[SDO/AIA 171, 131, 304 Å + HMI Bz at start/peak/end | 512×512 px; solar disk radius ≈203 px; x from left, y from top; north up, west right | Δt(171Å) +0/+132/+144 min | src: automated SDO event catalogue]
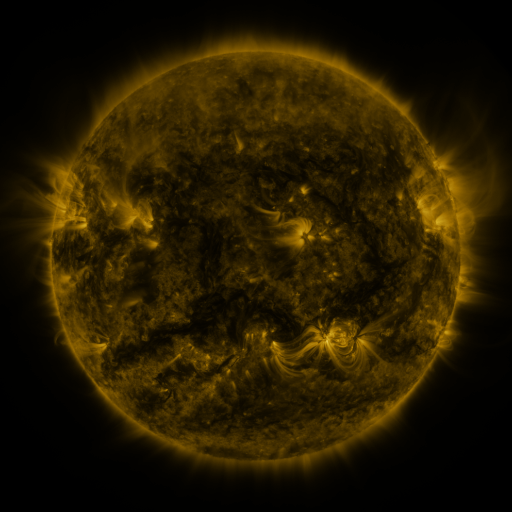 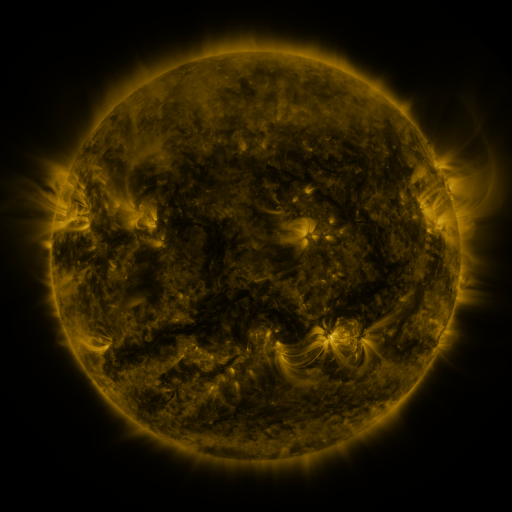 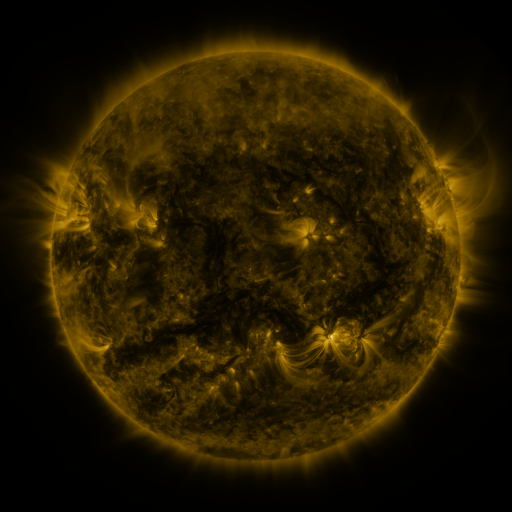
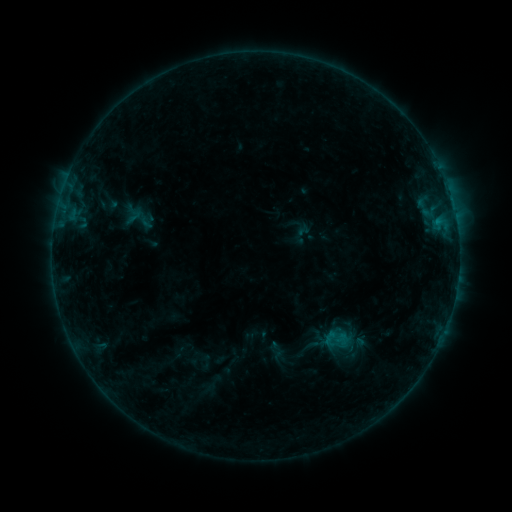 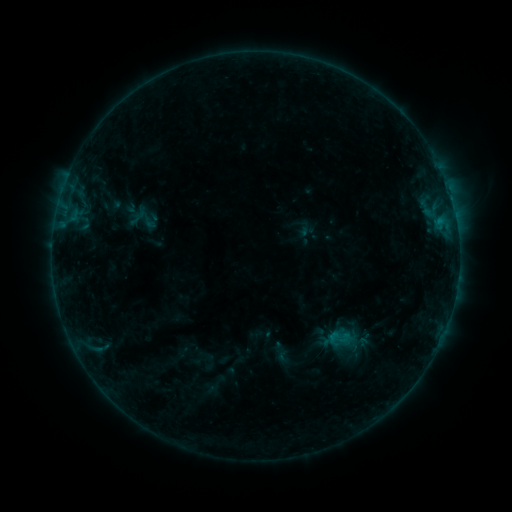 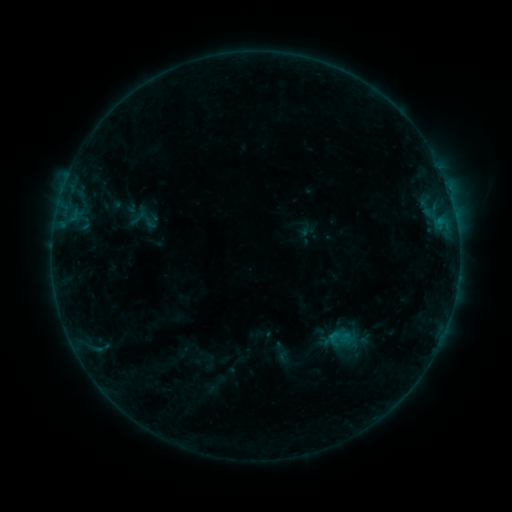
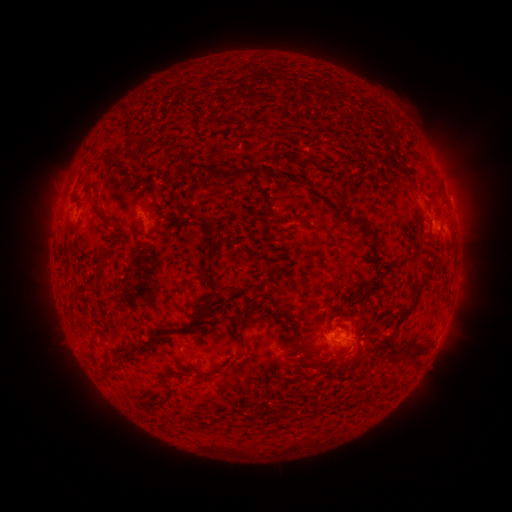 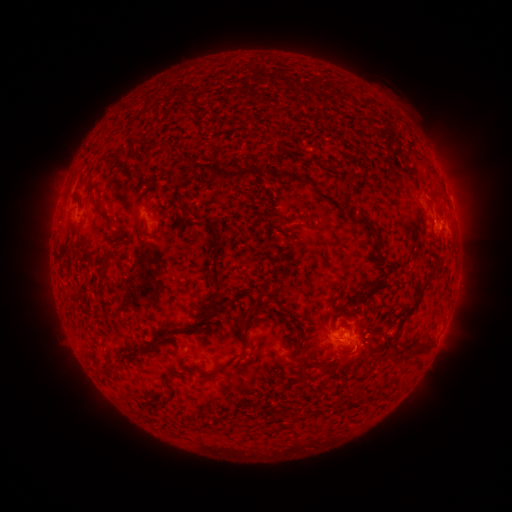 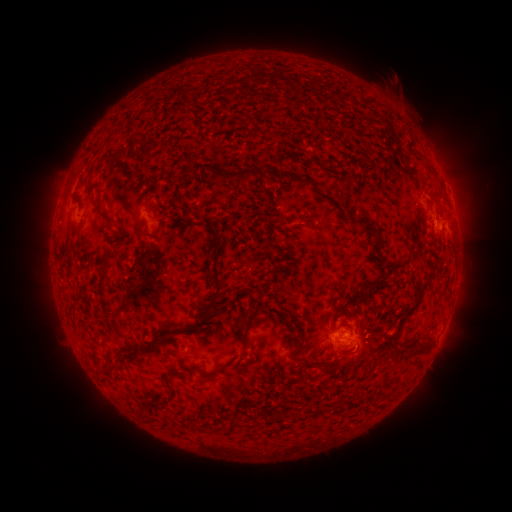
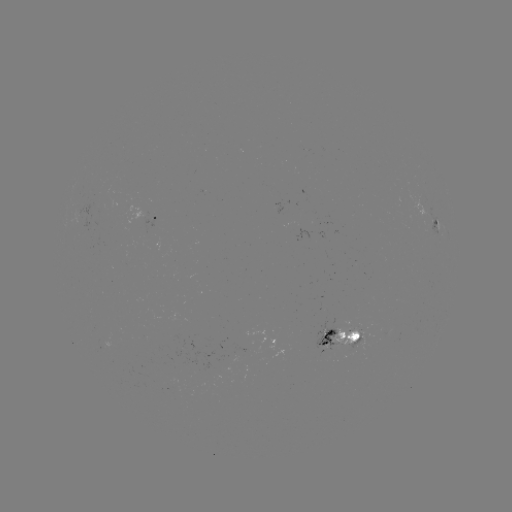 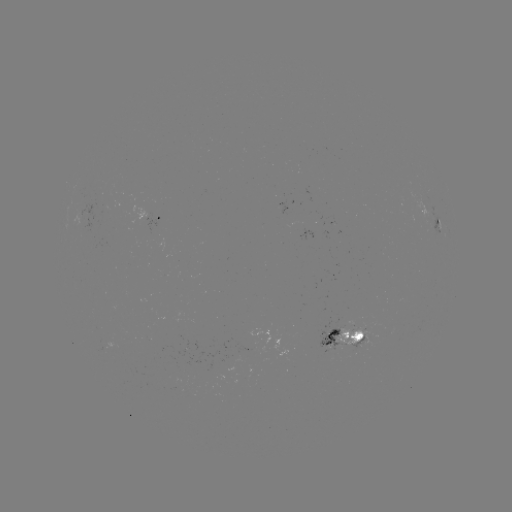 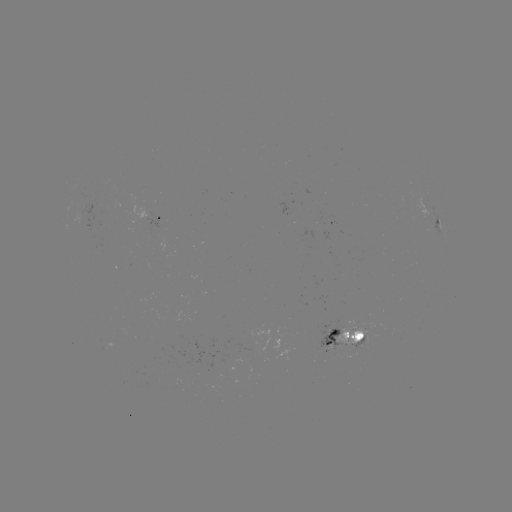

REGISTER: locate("emerging-flux region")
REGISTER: [349, 330]